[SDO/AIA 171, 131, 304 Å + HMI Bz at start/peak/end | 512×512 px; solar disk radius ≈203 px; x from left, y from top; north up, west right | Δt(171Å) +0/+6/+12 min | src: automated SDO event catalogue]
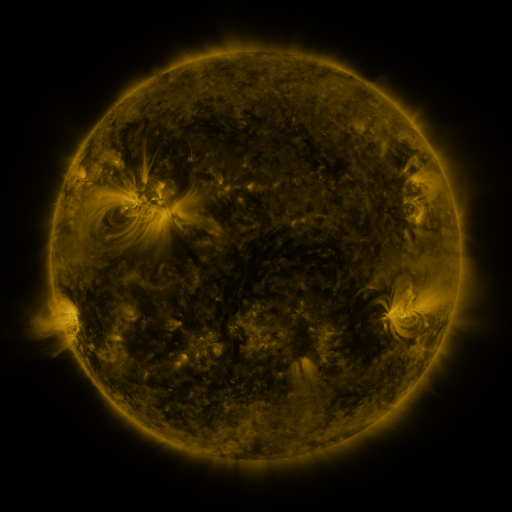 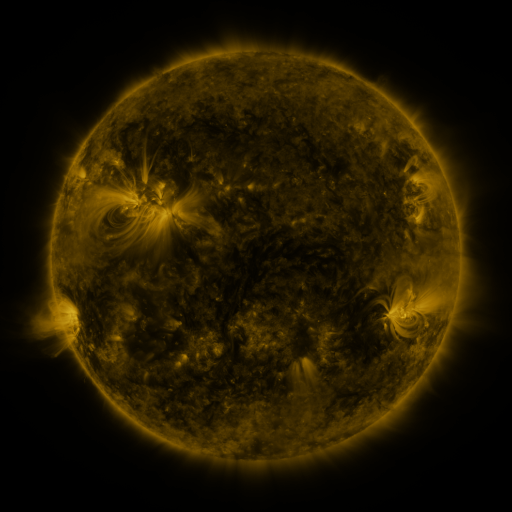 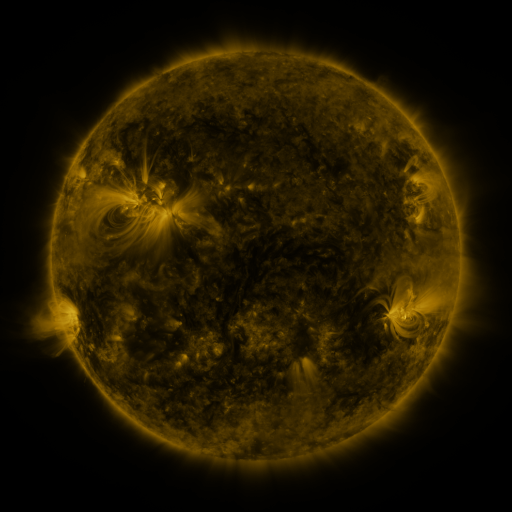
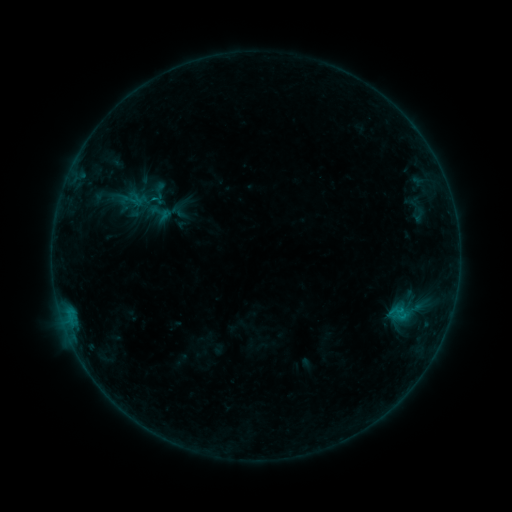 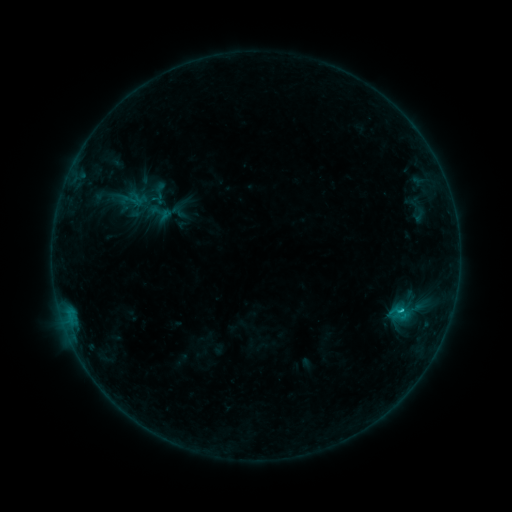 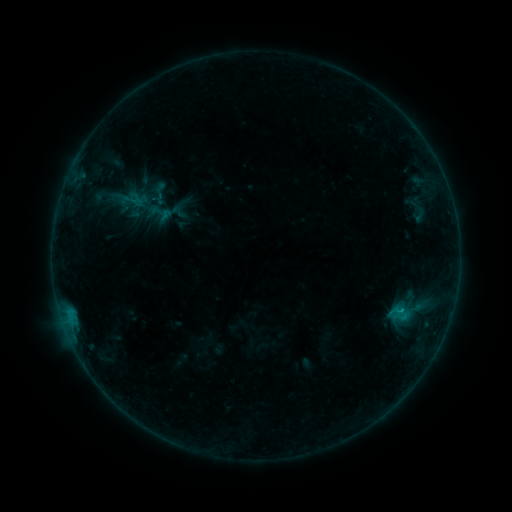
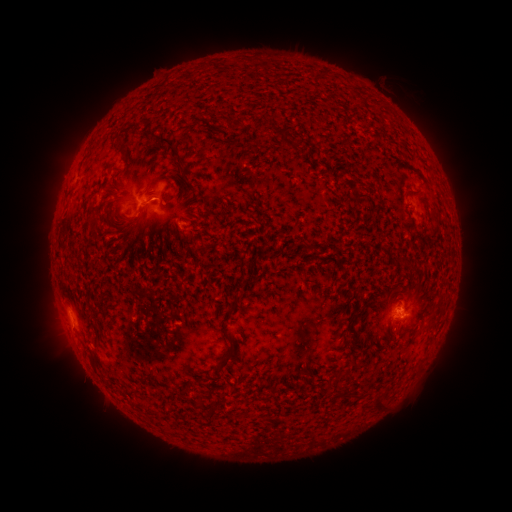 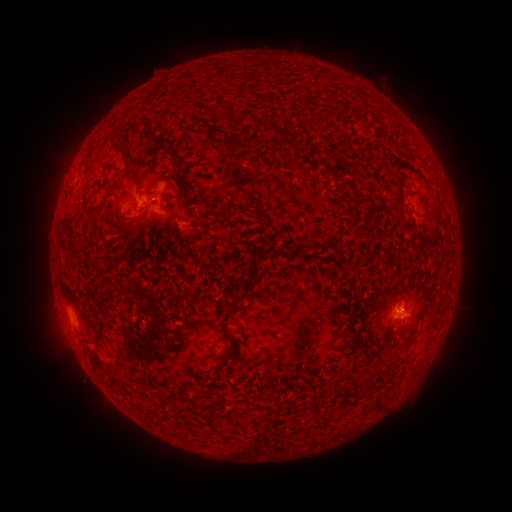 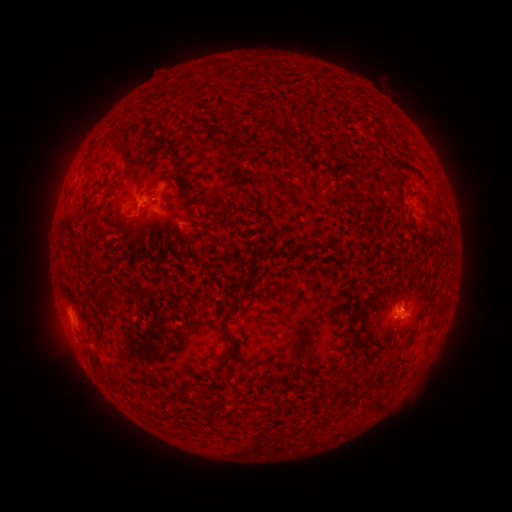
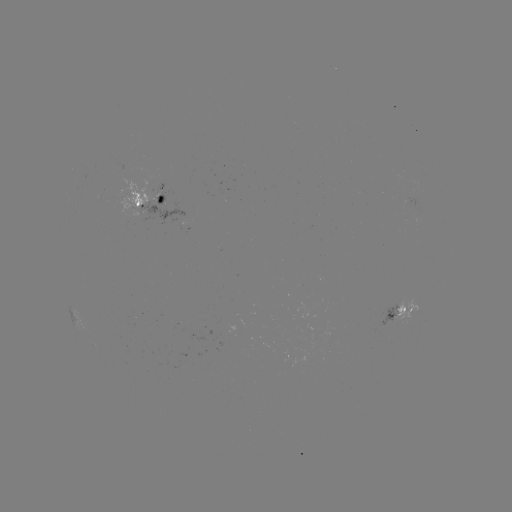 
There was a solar flare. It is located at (400, 308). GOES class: B7.9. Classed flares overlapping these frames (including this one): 1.